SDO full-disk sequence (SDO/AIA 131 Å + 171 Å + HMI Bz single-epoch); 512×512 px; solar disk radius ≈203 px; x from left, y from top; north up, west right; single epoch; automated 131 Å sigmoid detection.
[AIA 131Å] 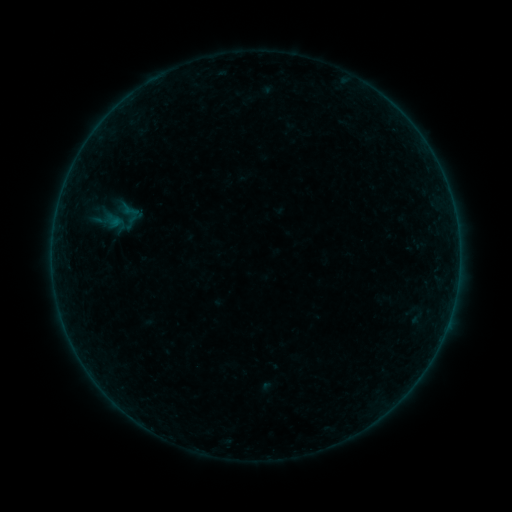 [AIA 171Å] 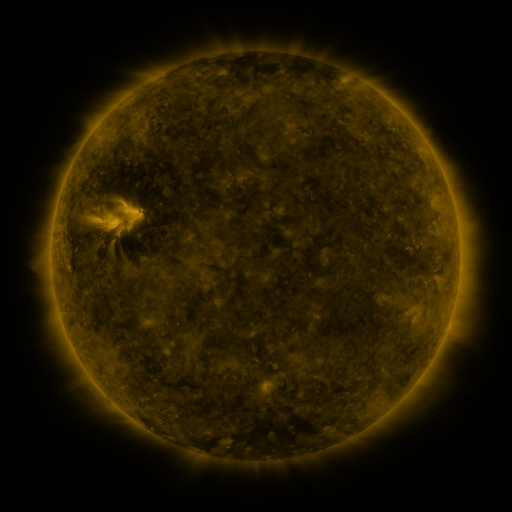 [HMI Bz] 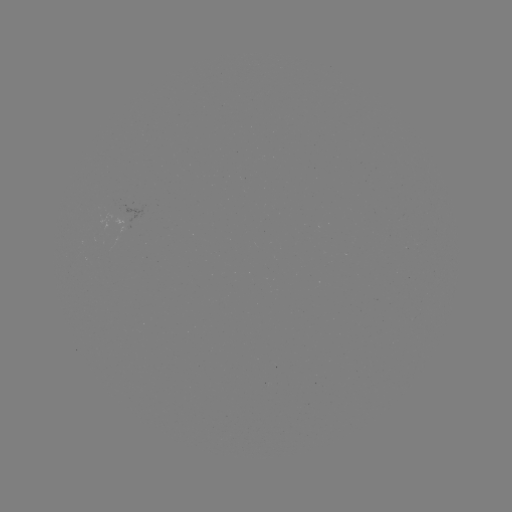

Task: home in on sigmoid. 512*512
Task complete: [121, 217].